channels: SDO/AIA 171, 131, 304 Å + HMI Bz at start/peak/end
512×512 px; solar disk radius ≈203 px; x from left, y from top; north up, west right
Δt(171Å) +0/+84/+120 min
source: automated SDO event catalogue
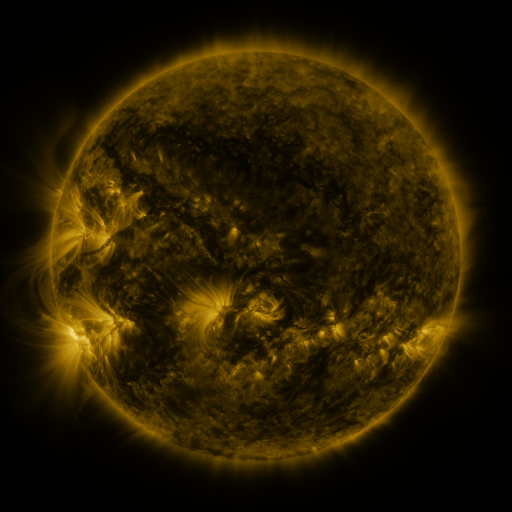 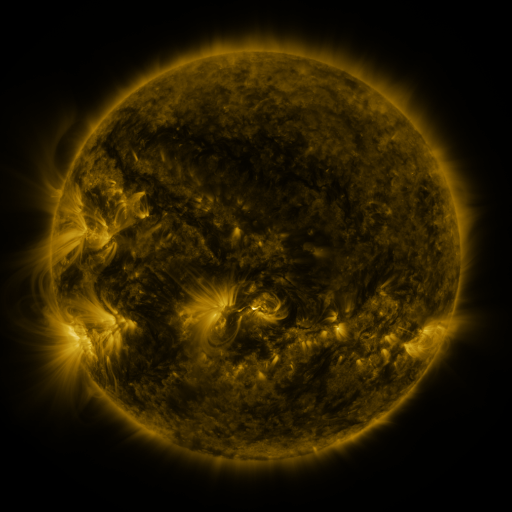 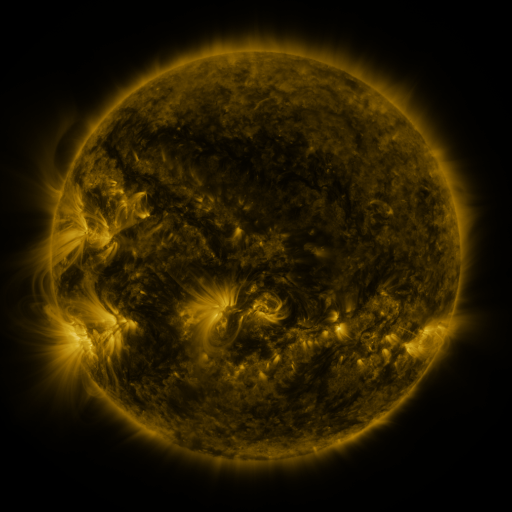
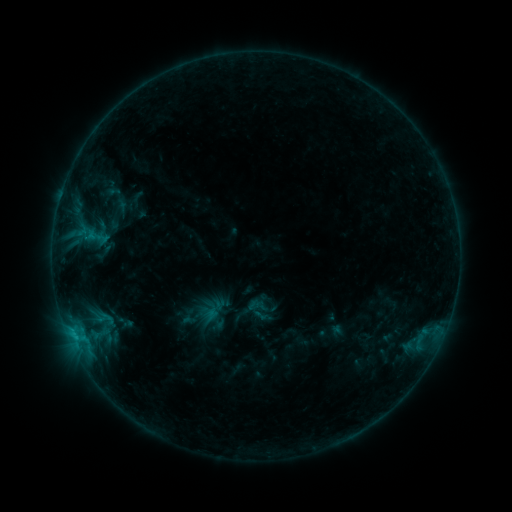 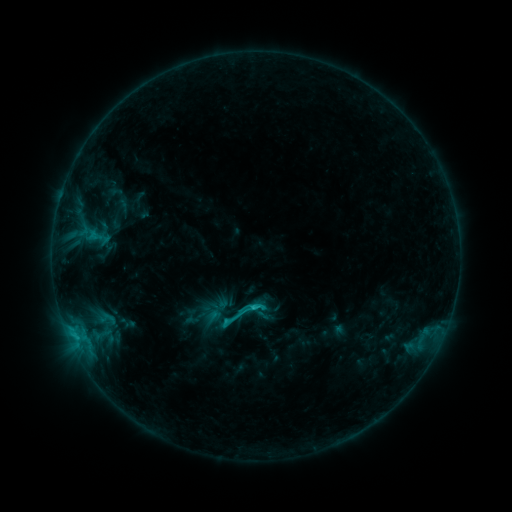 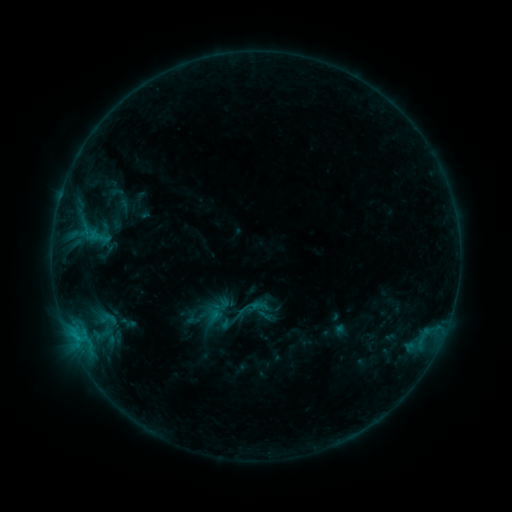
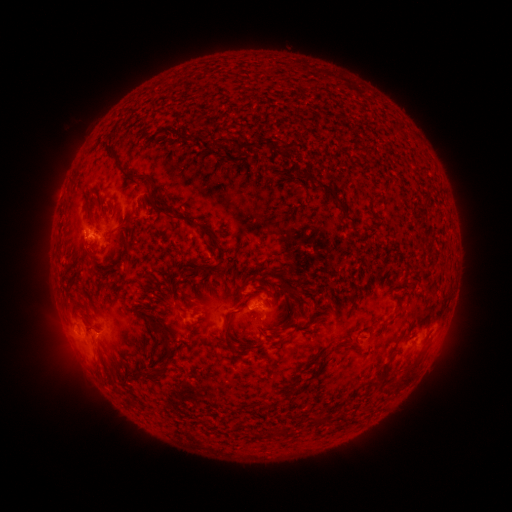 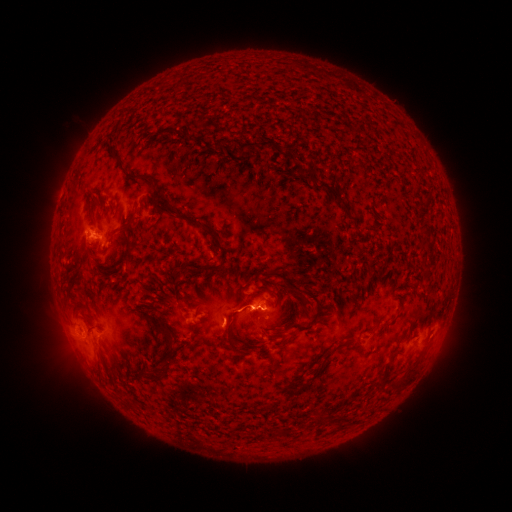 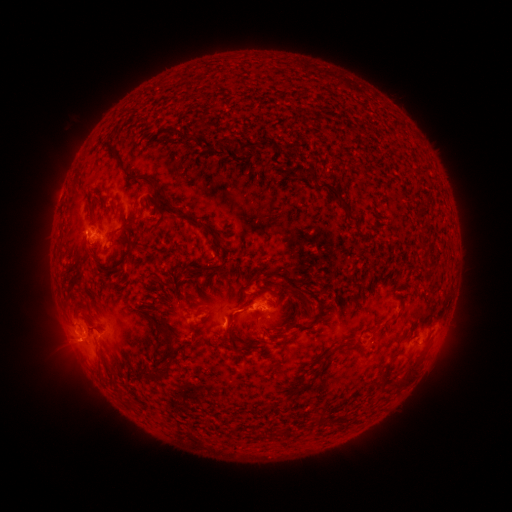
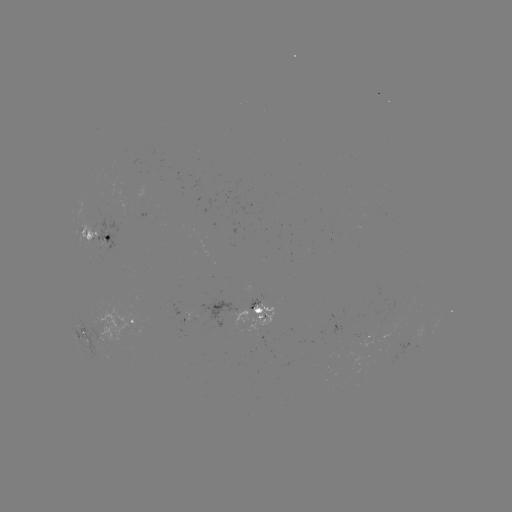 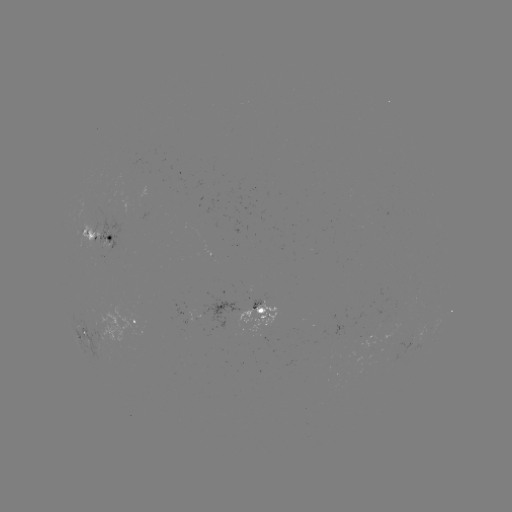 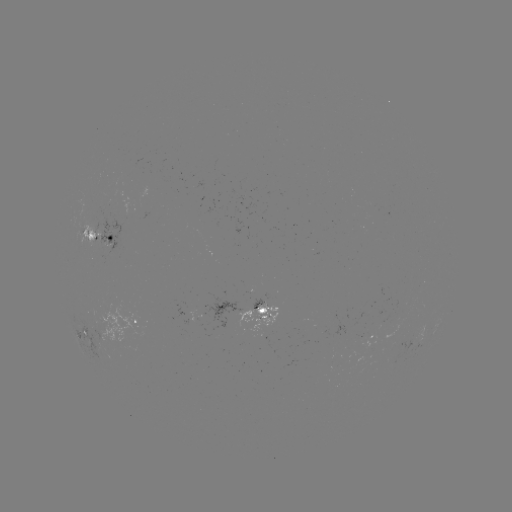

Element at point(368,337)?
emerging-flux region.